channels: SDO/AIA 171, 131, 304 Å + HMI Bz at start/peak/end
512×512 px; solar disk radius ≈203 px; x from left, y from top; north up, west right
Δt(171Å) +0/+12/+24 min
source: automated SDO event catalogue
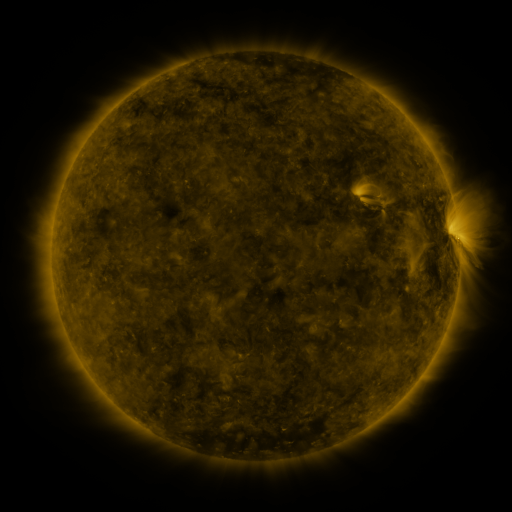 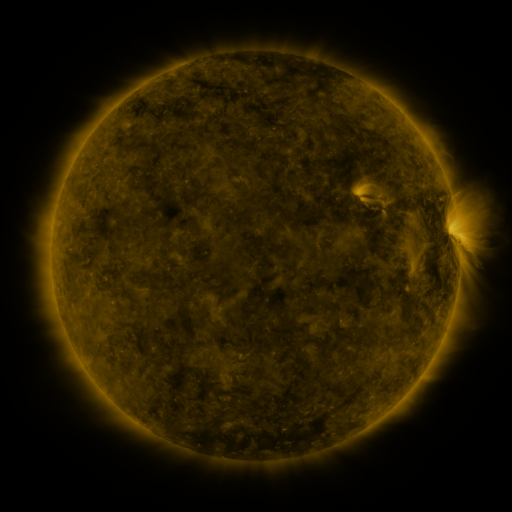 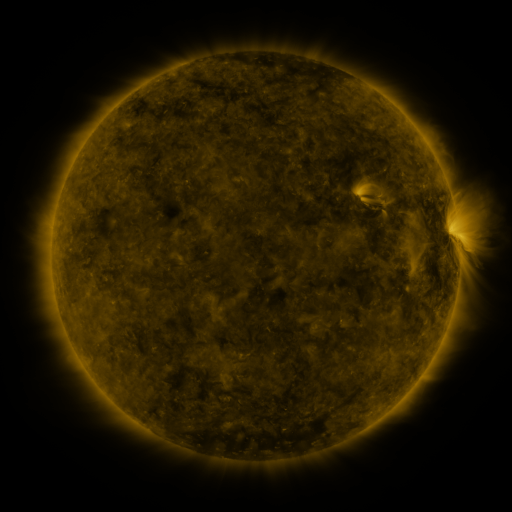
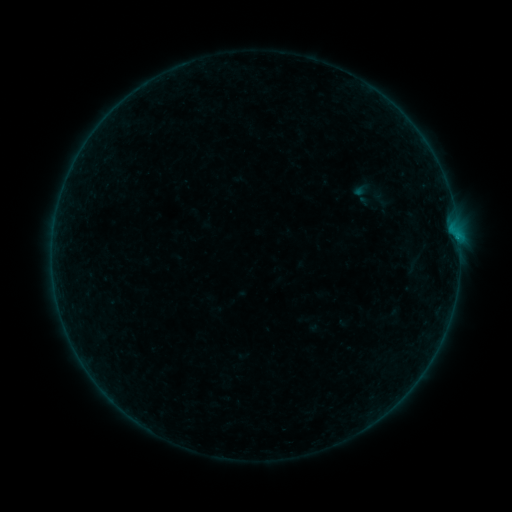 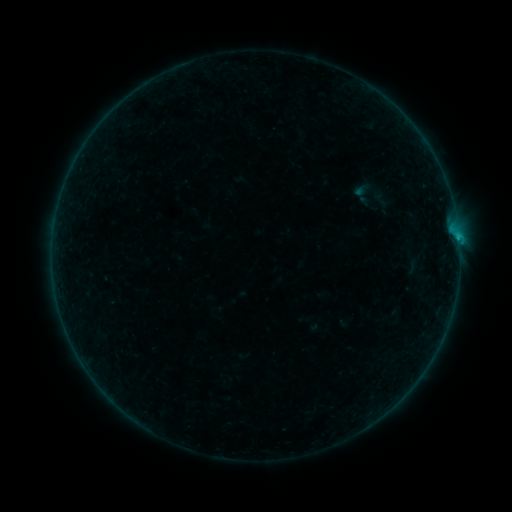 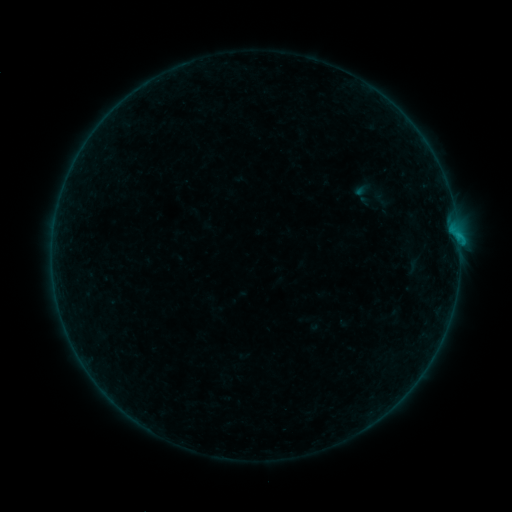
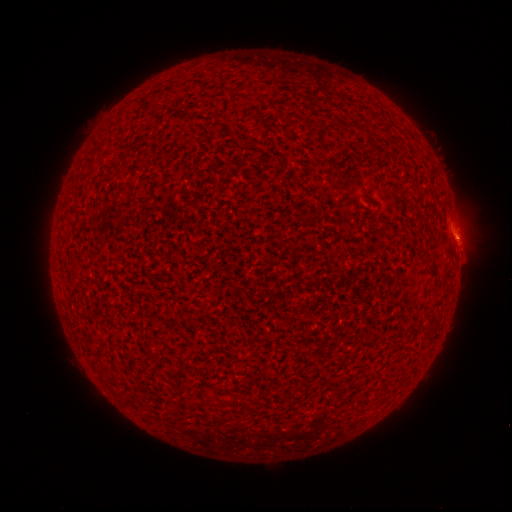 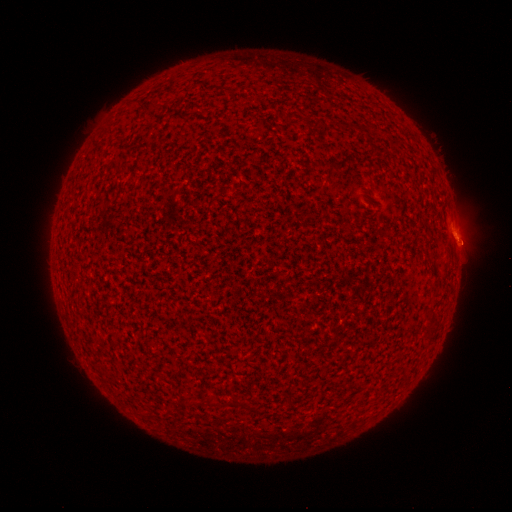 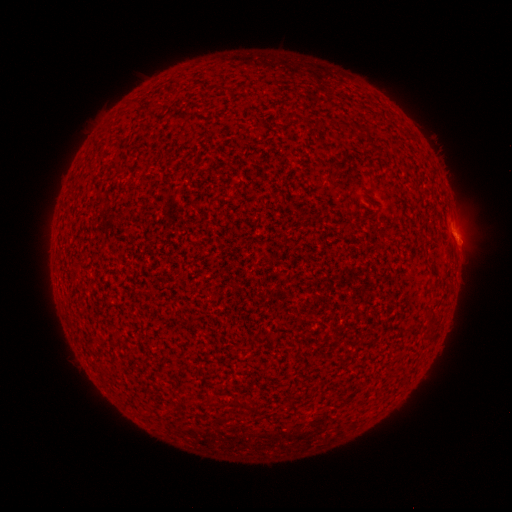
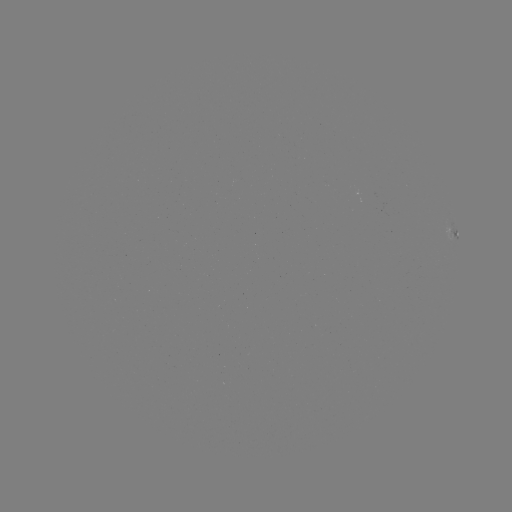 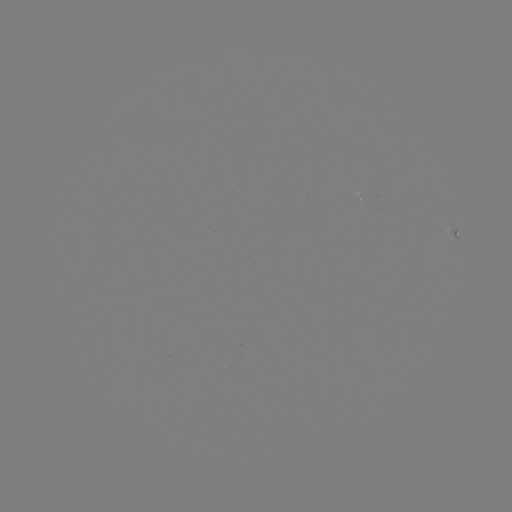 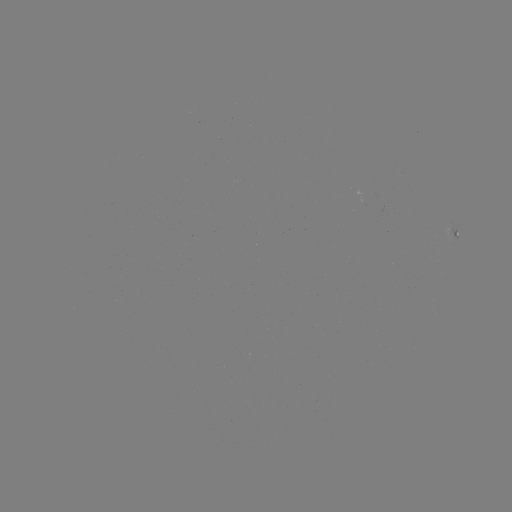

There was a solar flare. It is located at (458, 241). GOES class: B3.6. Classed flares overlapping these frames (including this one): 2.